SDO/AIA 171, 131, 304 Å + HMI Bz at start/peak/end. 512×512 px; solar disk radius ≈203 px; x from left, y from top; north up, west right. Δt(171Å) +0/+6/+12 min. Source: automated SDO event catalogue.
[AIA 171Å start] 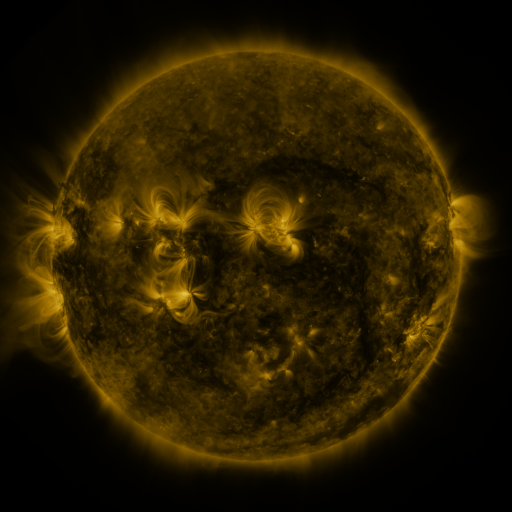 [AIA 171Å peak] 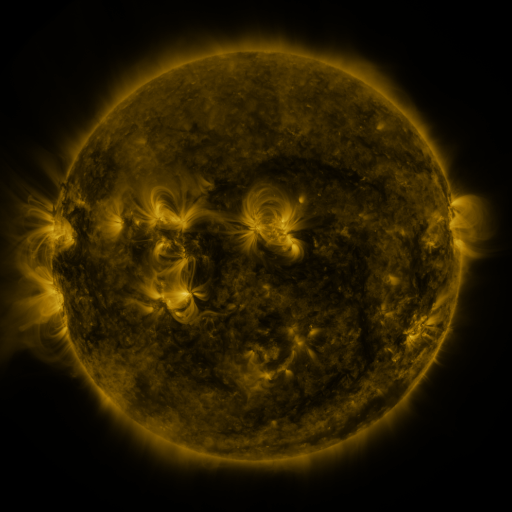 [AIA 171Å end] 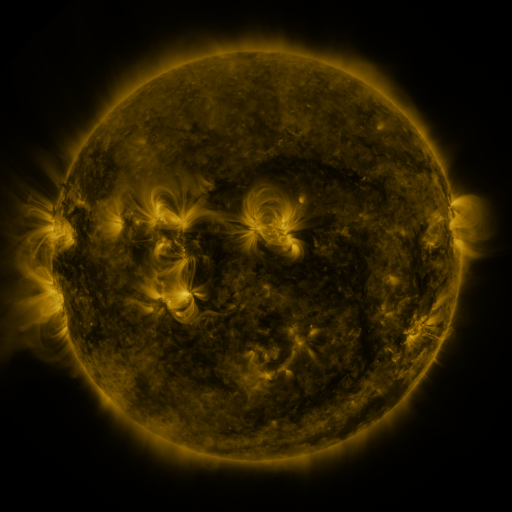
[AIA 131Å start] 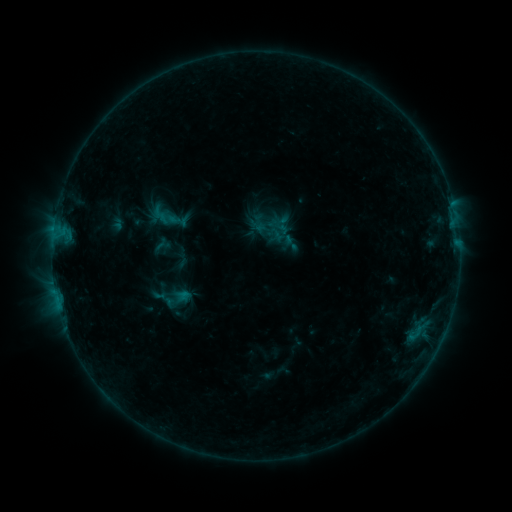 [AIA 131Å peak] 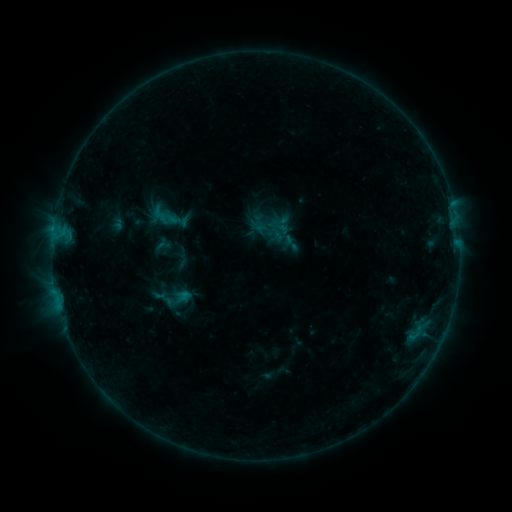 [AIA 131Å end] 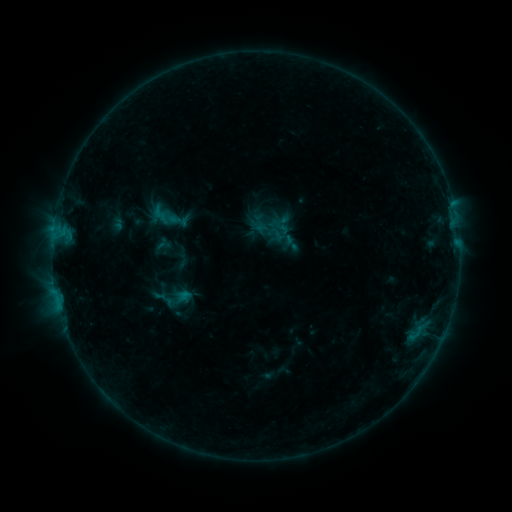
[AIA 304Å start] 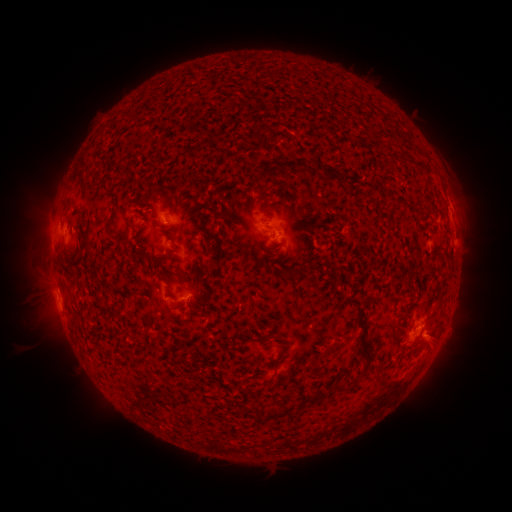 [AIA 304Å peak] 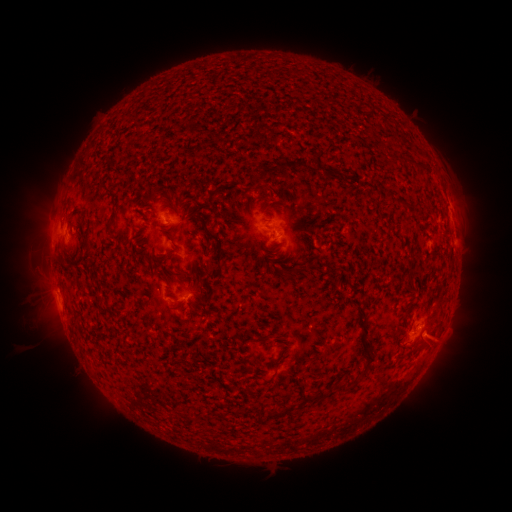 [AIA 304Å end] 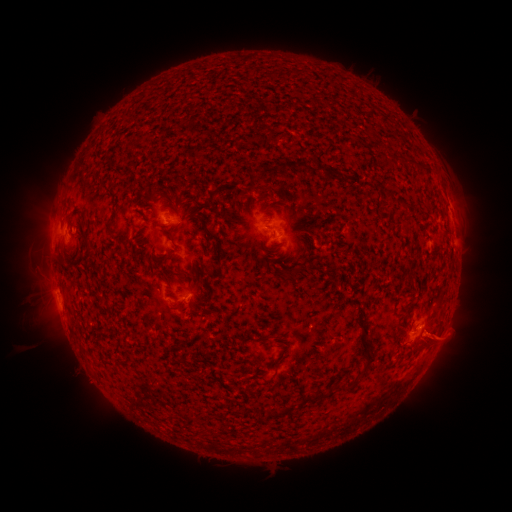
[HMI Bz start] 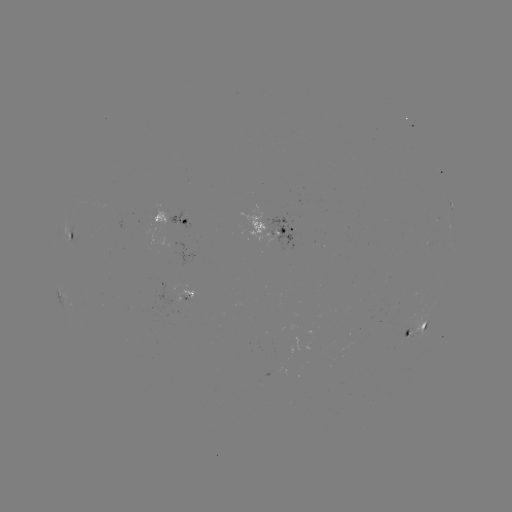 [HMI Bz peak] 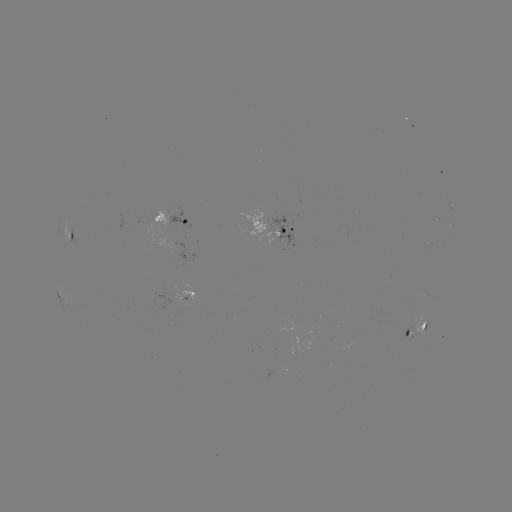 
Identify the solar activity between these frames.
eruption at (442, 338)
